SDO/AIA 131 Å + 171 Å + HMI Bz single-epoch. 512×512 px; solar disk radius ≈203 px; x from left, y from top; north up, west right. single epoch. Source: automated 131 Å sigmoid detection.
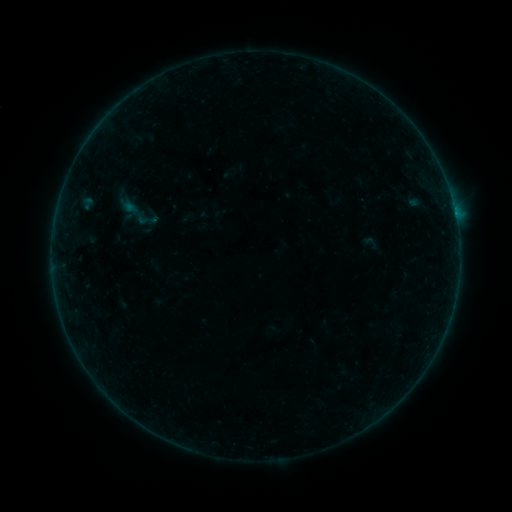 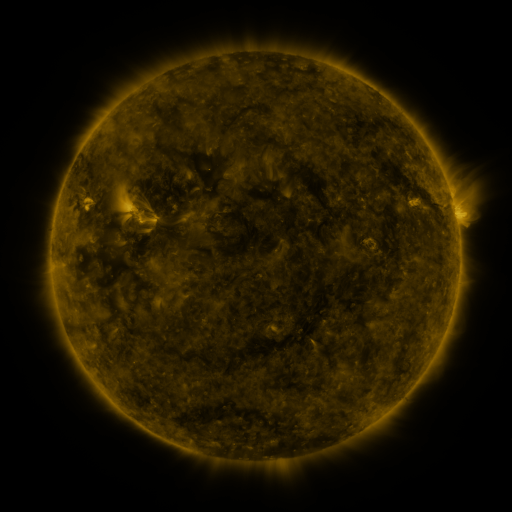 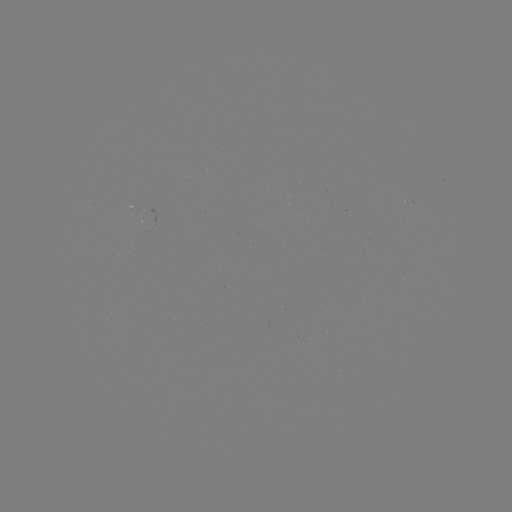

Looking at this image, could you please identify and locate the sigmoid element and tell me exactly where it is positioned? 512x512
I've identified sigmoid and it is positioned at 146,219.